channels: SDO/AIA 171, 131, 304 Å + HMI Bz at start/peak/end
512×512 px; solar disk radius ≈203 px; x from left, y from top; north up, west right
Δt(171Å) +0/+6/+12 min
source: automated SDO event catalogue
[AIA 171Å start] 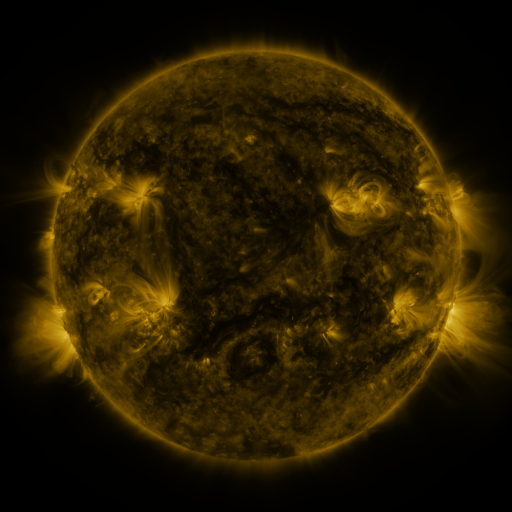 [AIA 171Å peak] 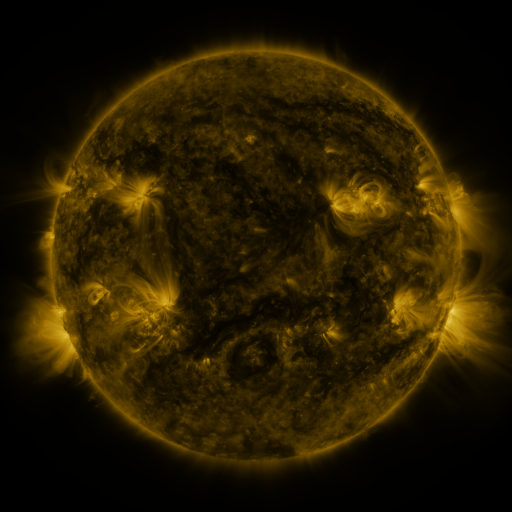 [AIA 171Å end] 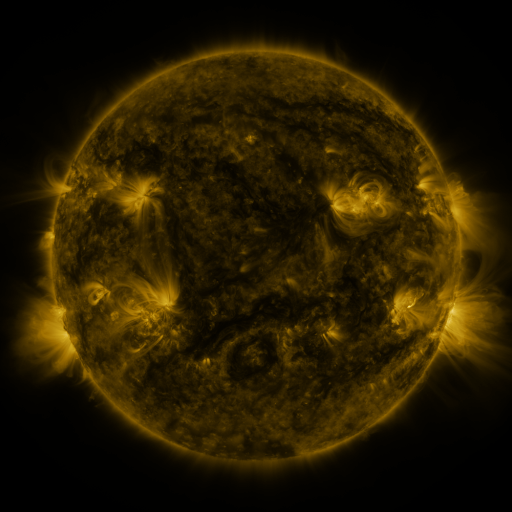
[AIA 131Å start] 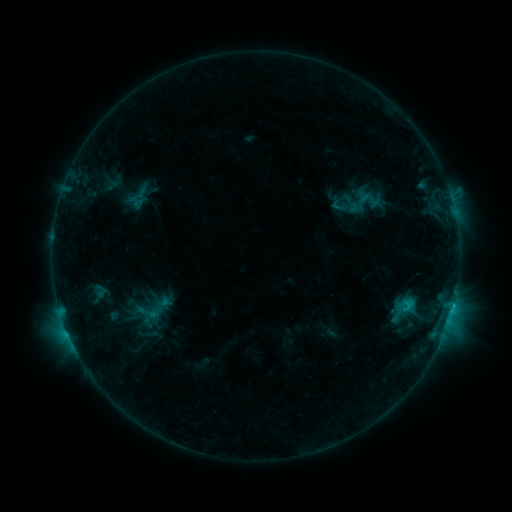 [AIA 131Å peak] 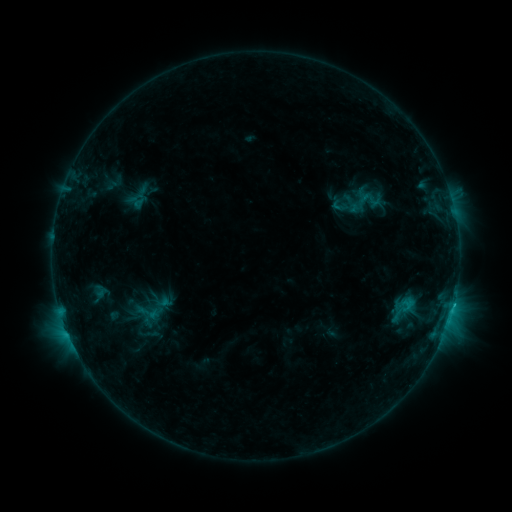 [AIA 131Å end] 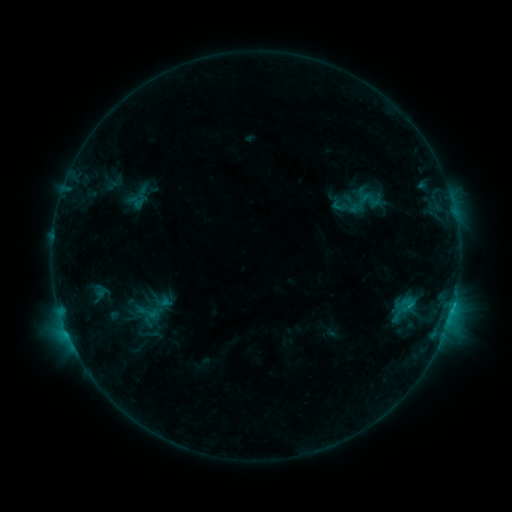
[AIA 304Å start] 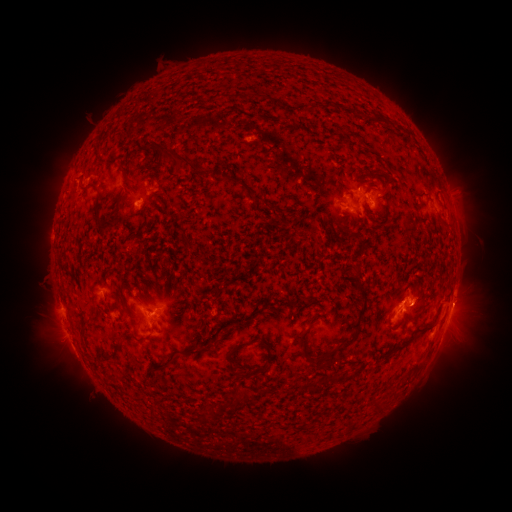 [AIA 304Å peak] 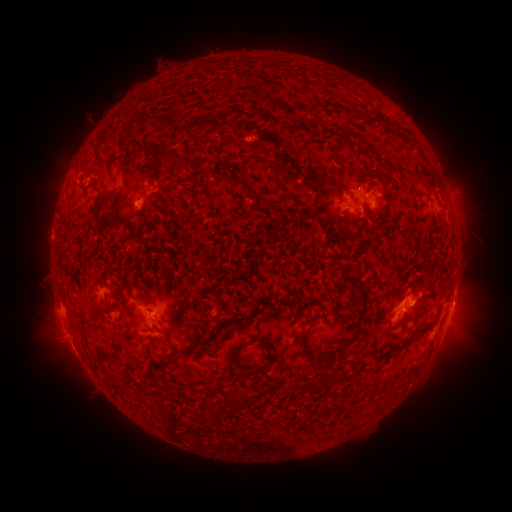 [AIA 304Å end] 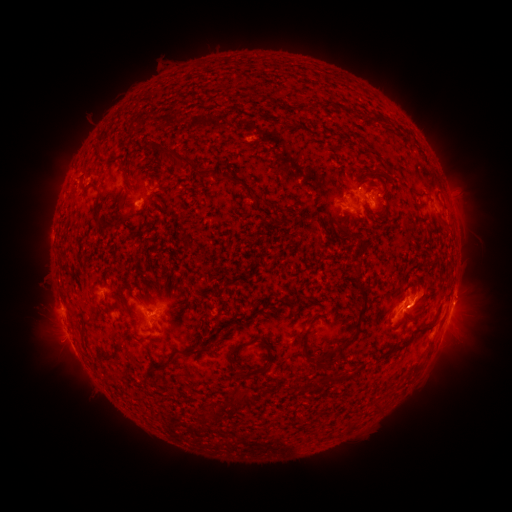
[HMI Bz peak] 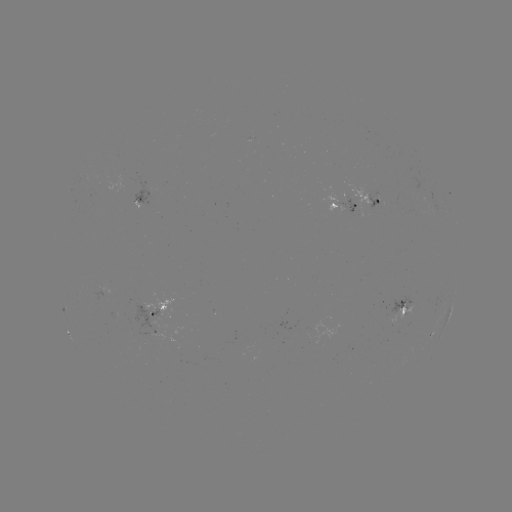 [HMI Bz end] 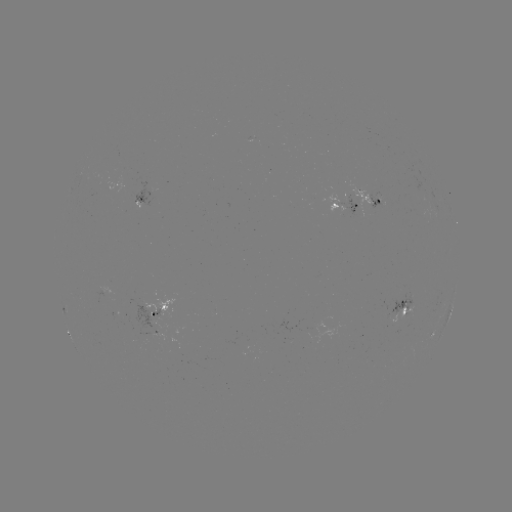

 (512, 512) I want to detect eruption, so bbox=[406, 278, 490, 328].